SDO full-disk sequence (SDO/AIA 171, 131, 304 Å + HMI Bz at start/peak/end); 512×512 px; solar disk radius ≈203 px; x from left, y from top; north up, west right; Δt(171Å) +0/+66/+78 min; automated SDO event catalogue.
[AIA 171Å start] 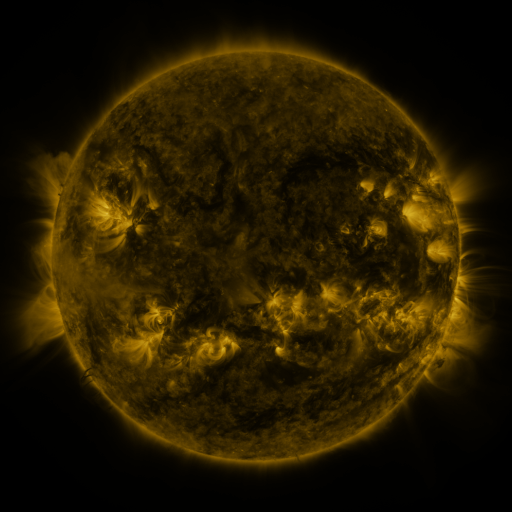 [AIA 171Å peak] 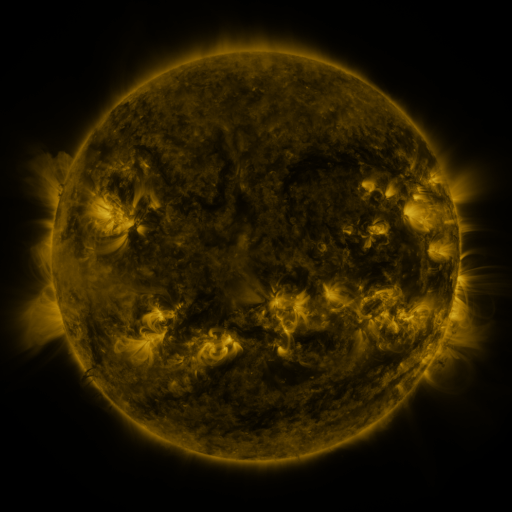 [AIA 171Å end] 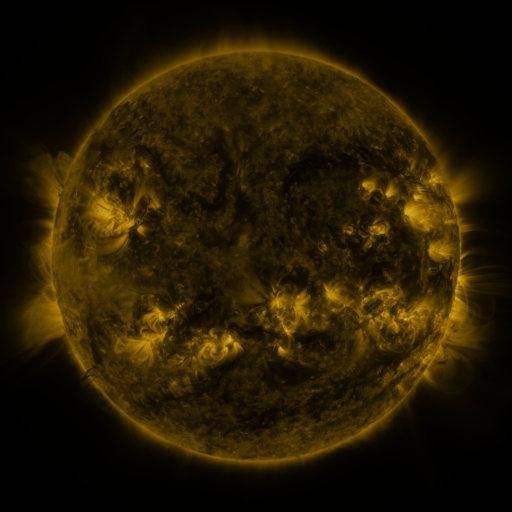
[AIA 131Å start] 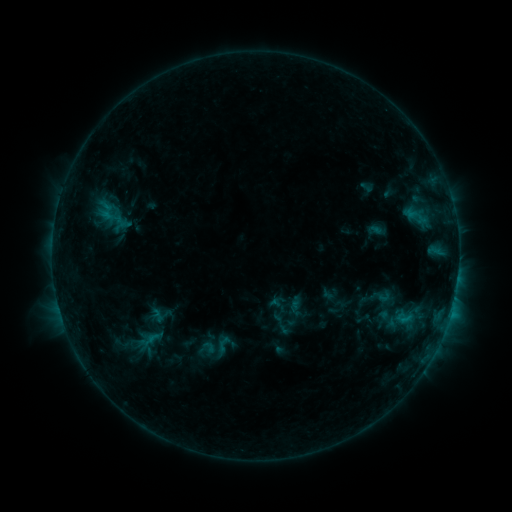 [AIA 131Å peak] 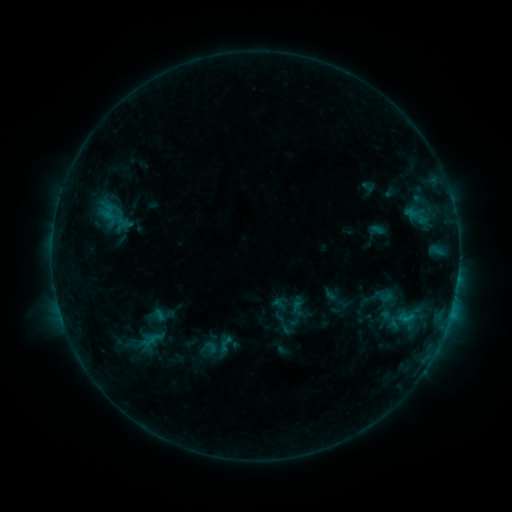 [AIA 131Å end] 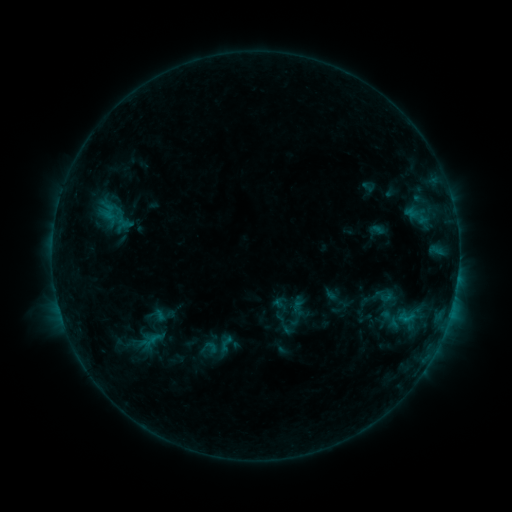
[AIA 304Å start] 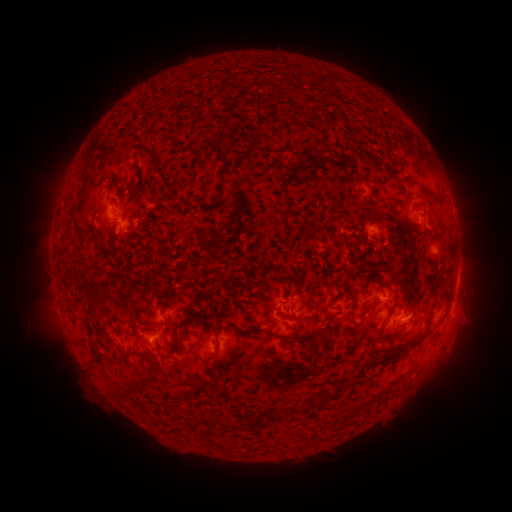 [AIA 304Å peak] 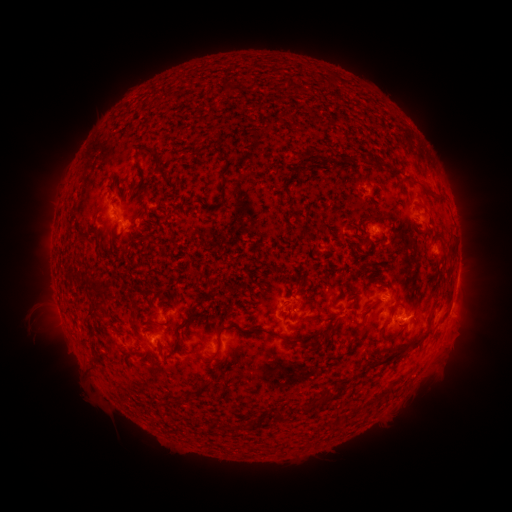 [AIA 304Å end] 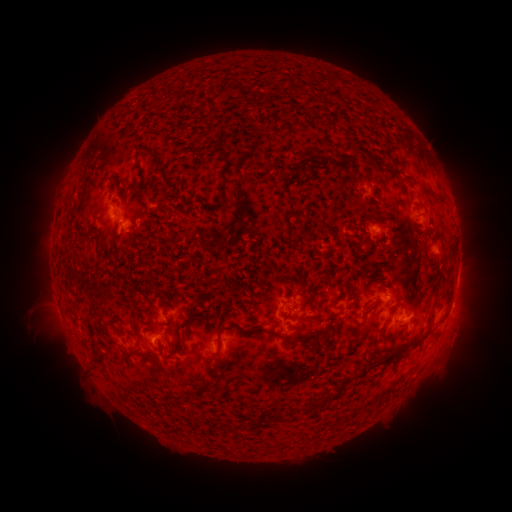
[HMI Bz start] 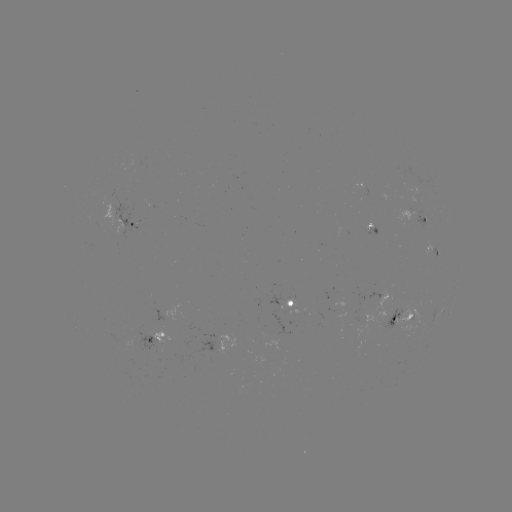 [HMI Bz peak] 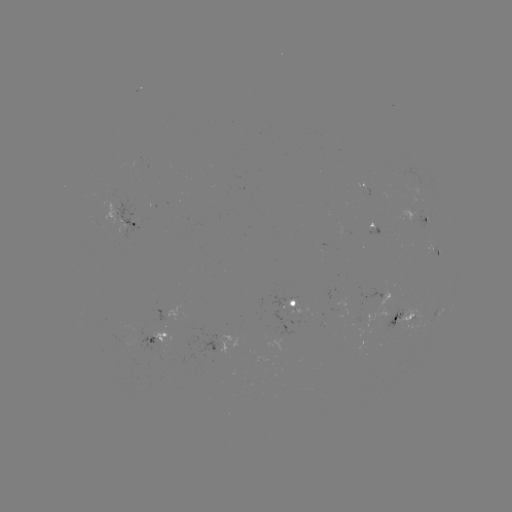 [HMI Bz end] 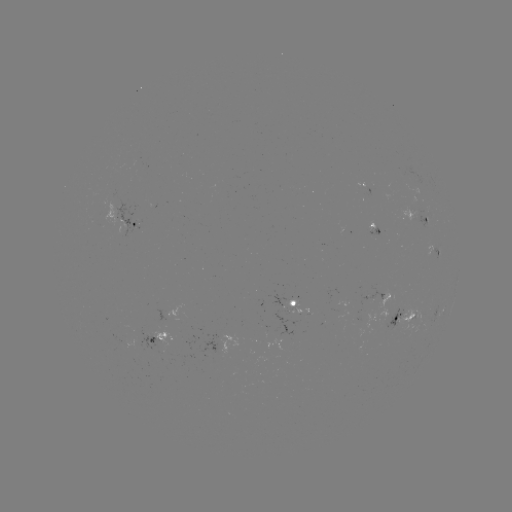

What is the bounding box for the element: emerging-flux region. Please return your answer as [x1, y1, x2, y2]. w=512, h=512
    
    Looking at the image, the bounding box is [398, 184, 426, 210].